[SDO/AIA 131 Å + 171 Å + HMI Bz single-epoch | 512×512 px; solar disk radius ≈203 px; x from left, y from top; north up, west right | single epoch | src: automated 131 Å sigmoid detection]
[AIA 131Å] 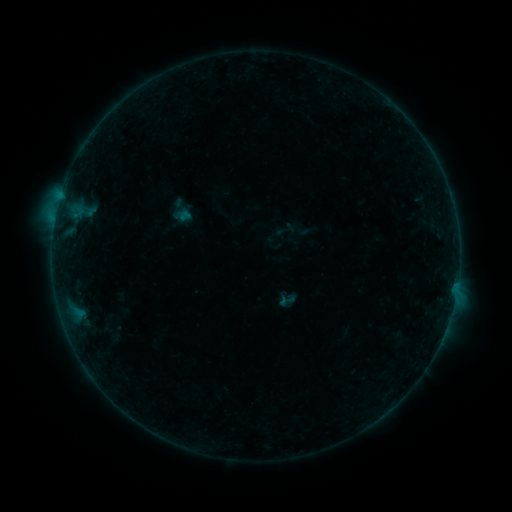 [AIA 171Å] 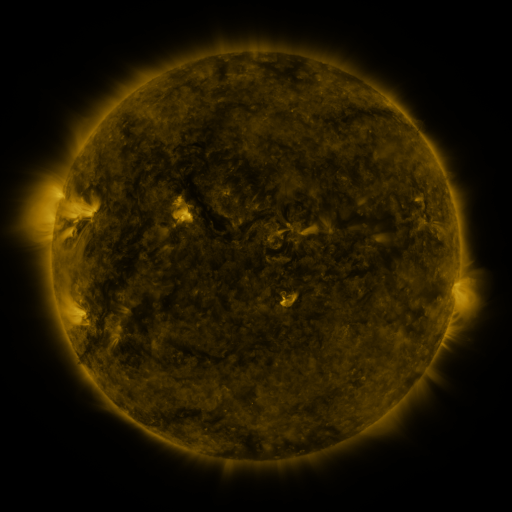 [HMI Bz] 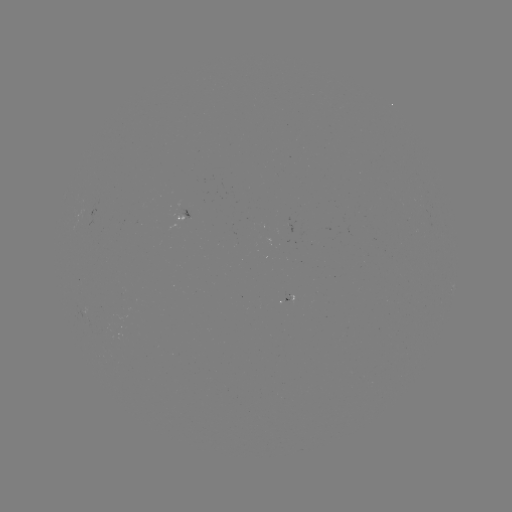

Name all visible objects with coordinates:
sigmoid: (287, 300)
